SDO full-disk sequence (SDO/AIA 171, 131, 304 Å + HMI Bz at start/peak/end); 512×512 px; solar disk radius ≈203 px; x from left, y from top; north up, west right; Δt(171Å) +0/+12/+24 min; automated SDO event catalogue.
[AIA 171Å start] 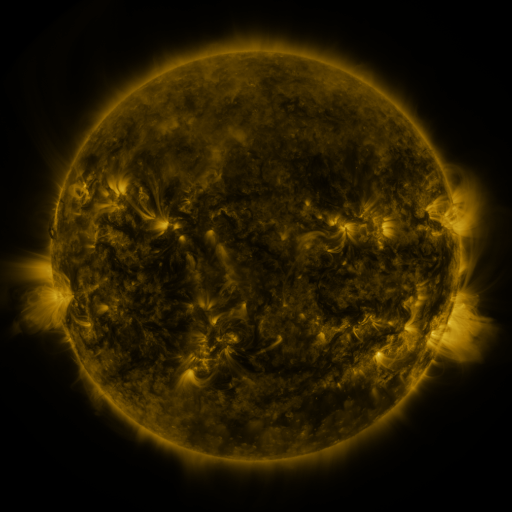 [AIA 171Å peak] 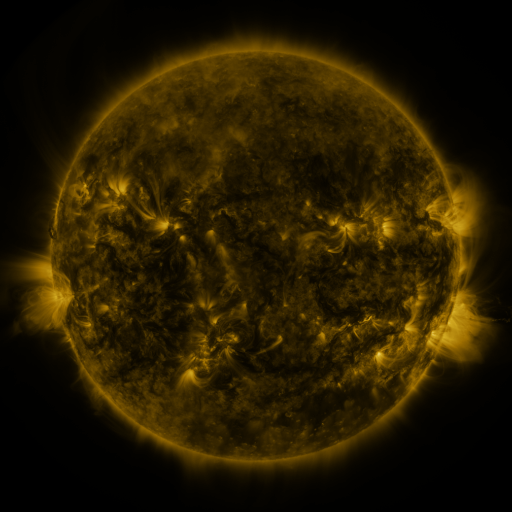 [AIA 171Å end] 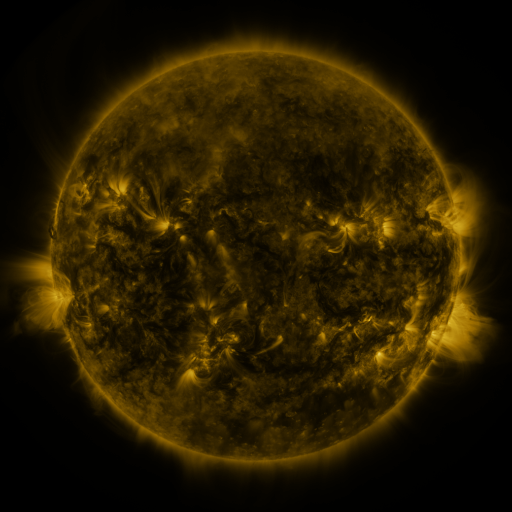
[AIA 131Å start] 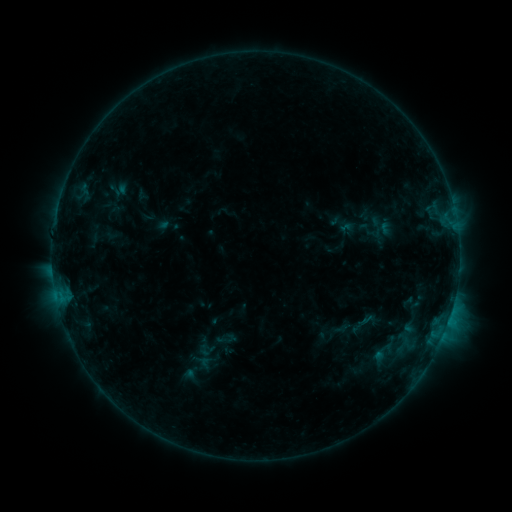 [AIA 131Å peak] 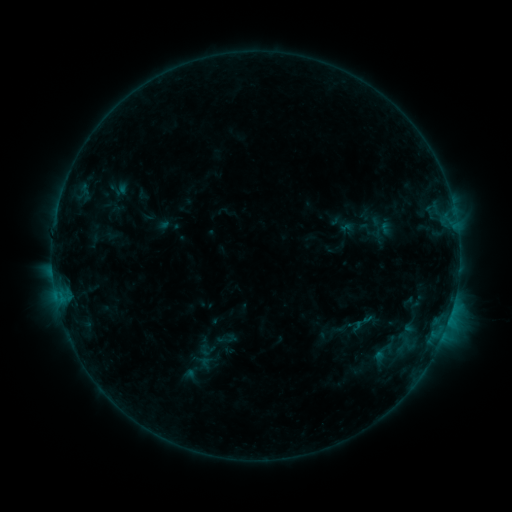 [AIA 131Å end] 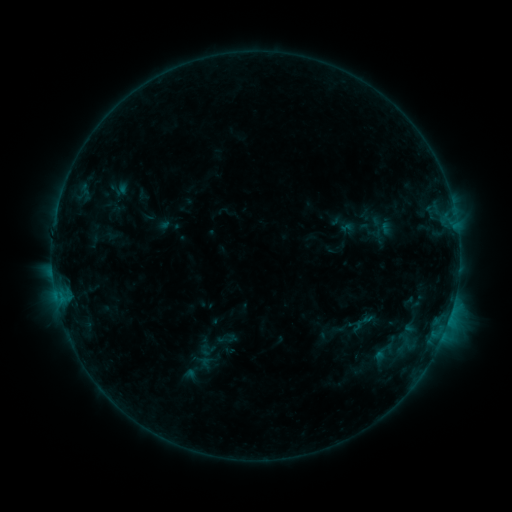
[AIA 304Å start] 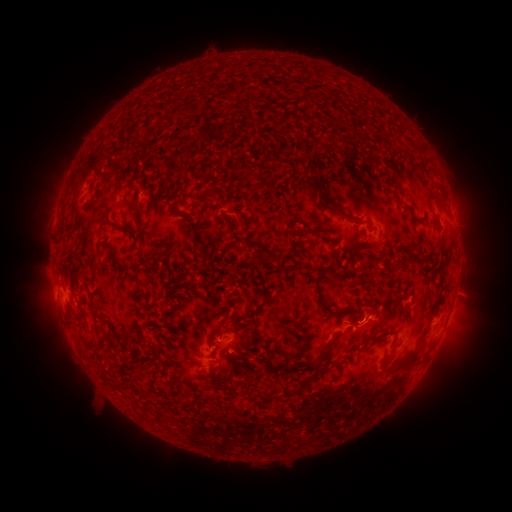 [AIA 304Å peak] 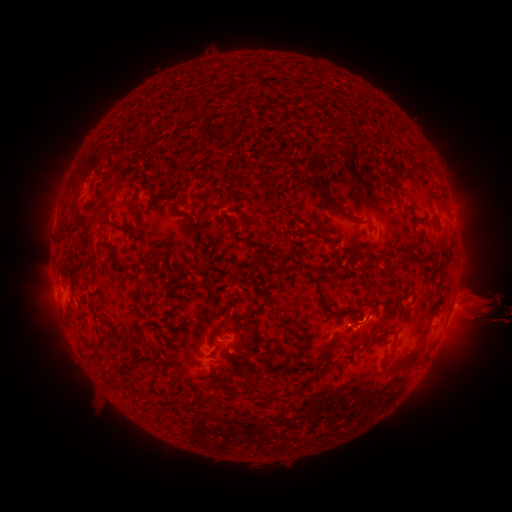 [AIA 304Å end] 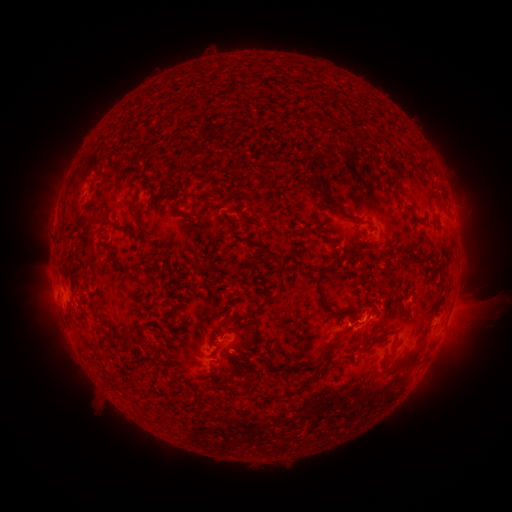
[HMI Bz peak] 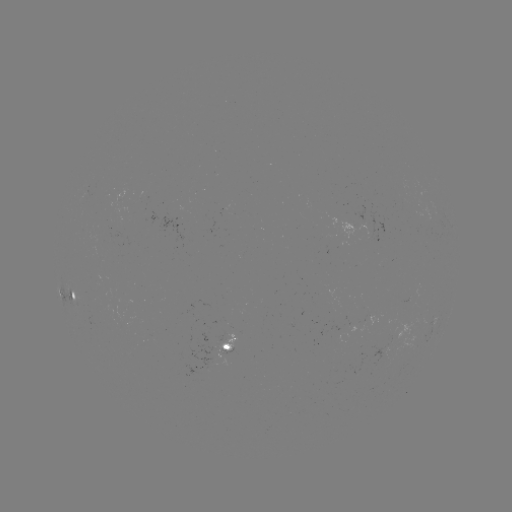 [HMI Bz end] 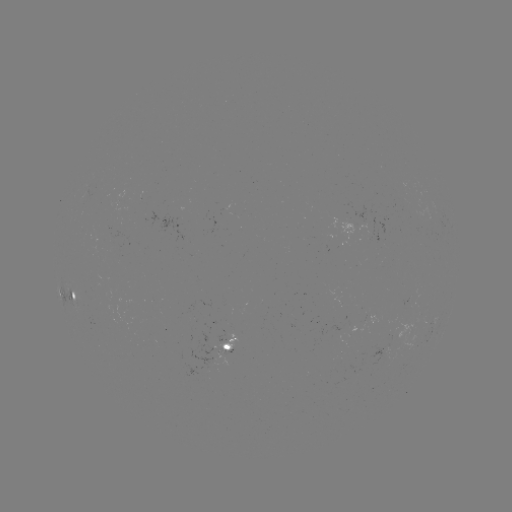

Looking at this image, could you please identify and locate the eruption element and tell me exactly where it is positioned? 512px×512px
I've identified eruption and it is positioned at (478, 302).